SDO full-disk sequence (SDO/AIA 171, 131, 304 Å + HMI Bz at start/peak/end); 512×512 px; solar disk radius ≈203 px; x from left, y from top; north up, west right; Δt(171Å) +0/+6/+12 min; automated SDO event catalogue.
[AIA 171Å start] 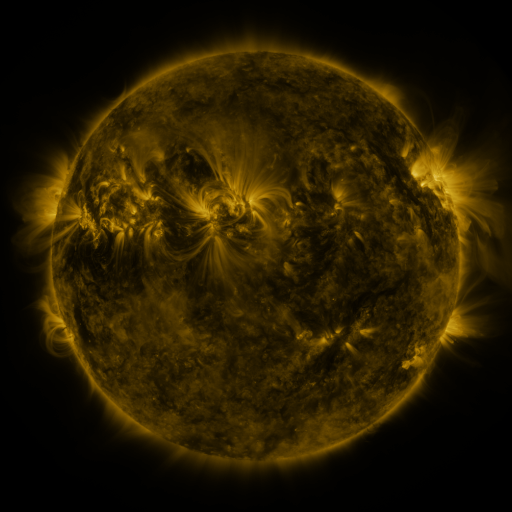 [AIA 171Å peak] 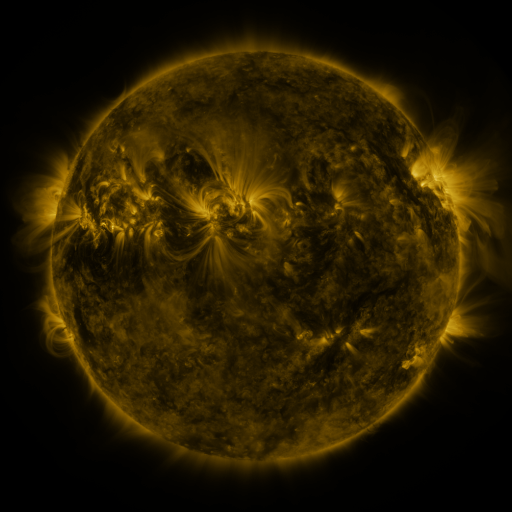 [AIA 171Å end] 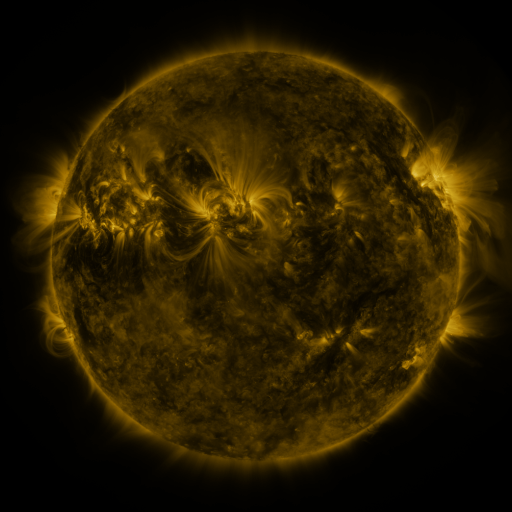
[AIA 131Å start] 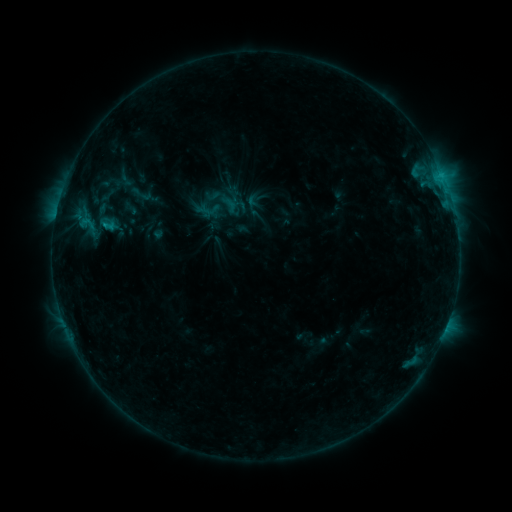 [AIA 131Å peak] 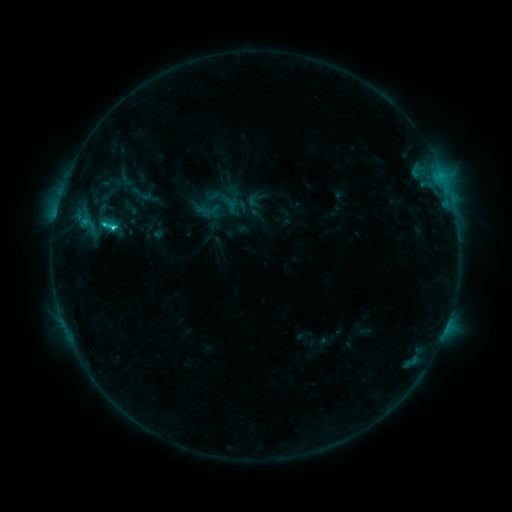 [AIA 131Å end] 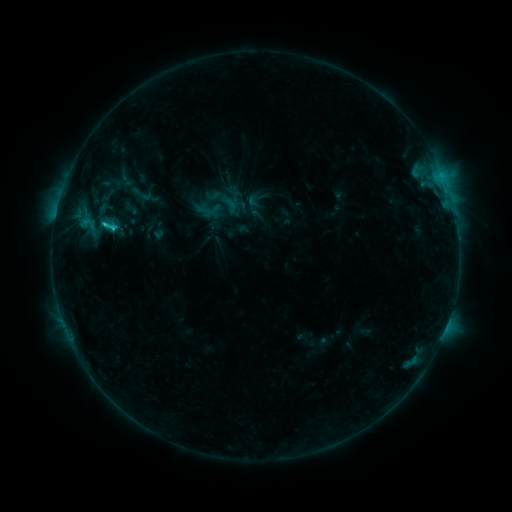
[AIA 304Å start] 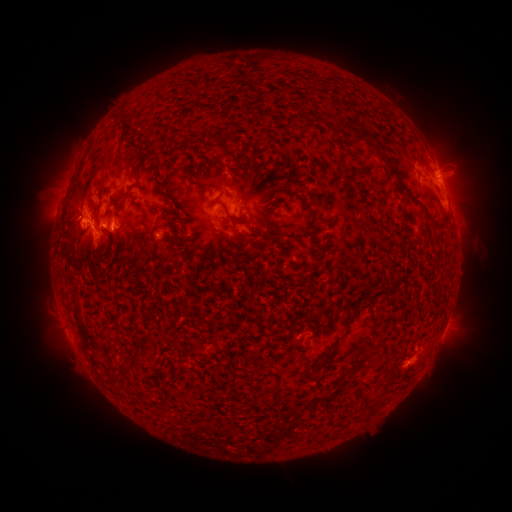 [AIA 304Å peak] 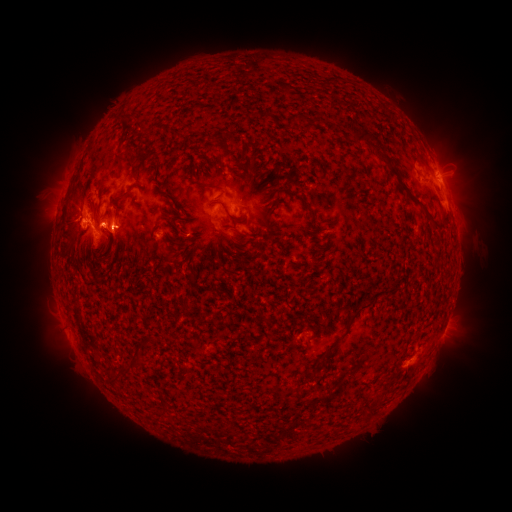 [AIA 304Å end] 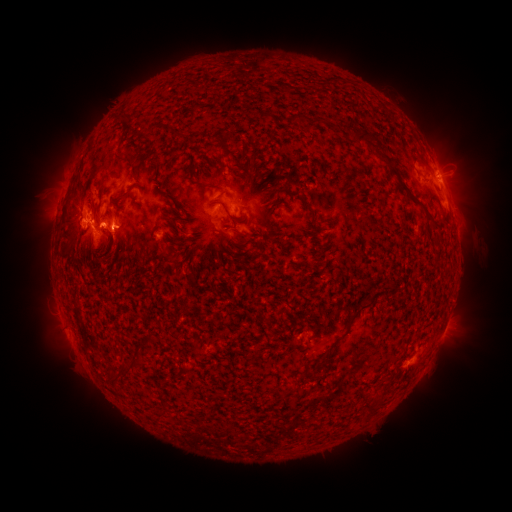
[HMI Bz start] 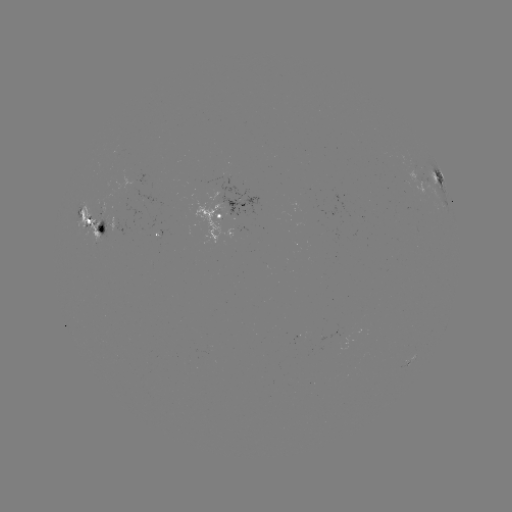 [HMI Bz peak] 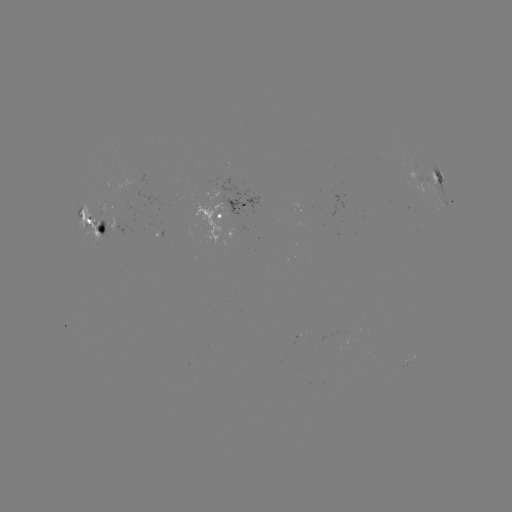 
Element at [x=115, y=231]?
C2.7 flare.